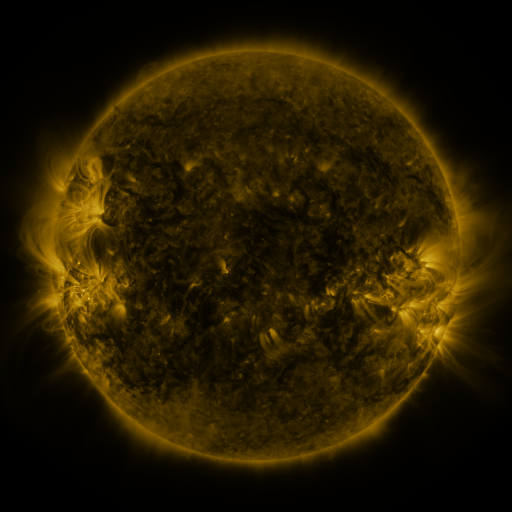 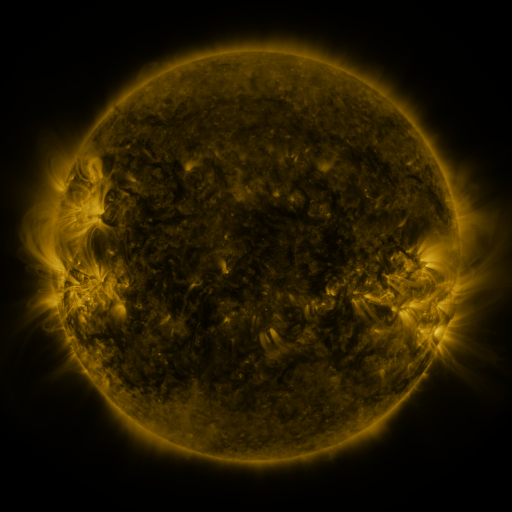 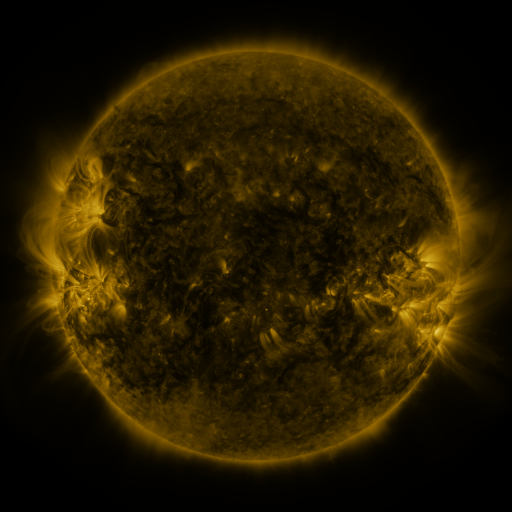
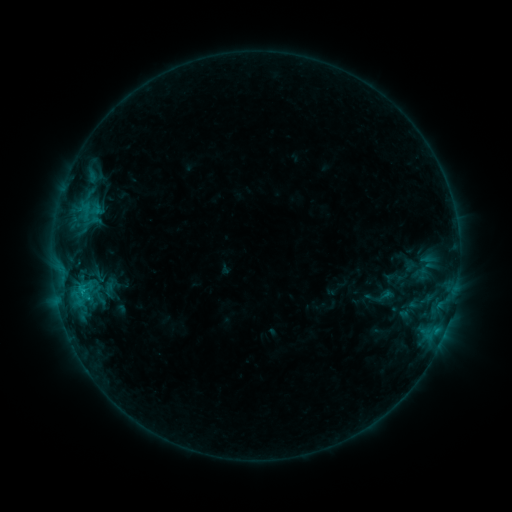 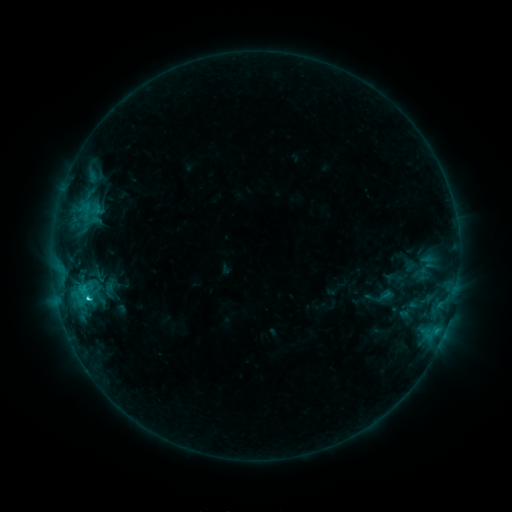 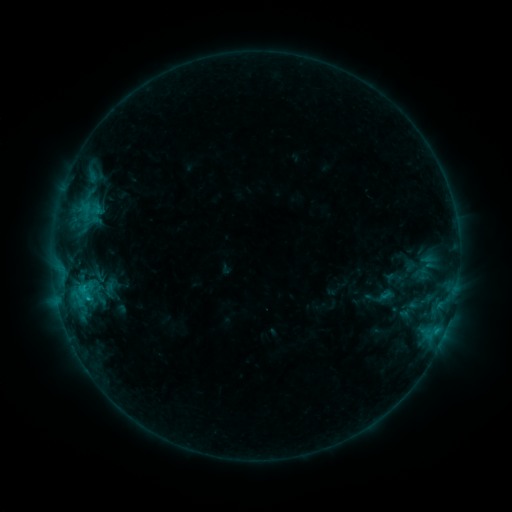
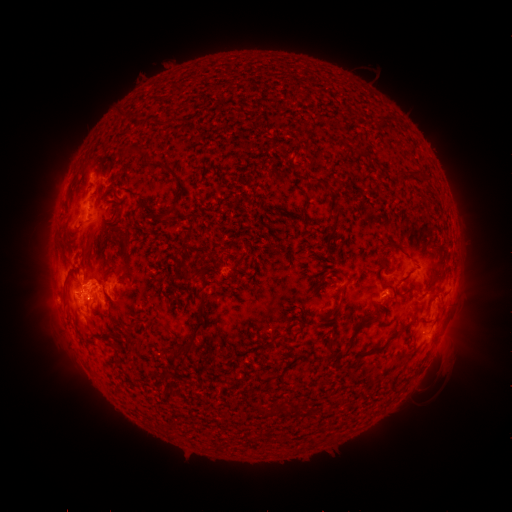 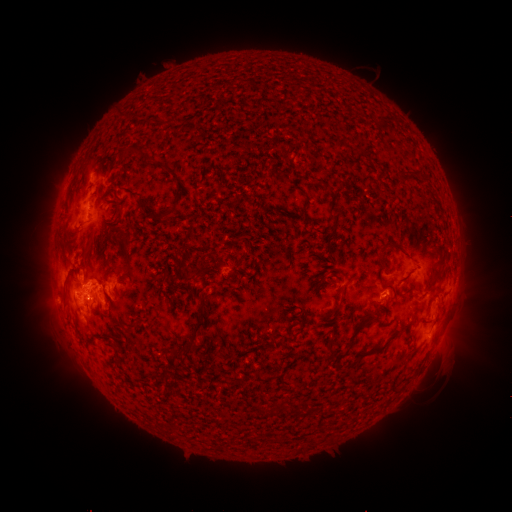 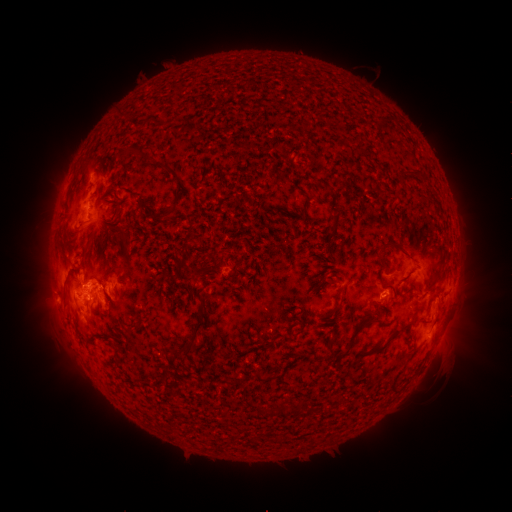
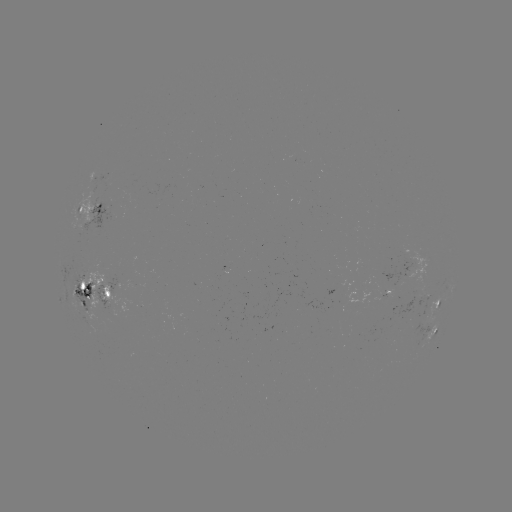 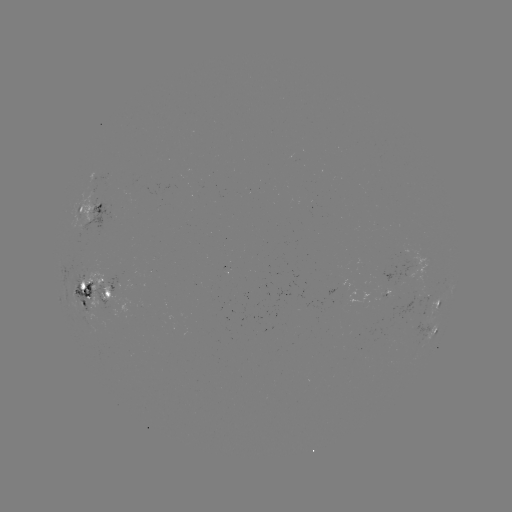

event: flare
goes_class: C2.0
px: (89, 297)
